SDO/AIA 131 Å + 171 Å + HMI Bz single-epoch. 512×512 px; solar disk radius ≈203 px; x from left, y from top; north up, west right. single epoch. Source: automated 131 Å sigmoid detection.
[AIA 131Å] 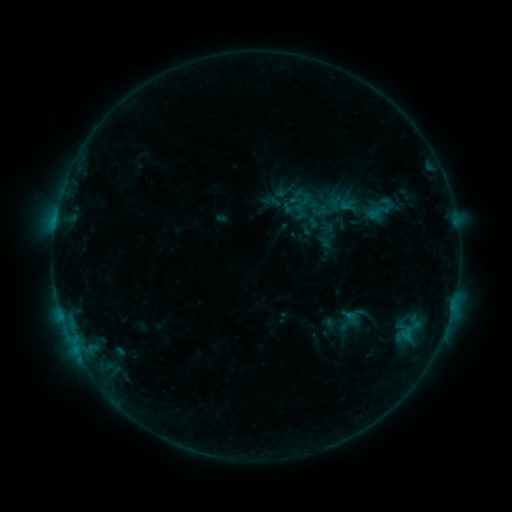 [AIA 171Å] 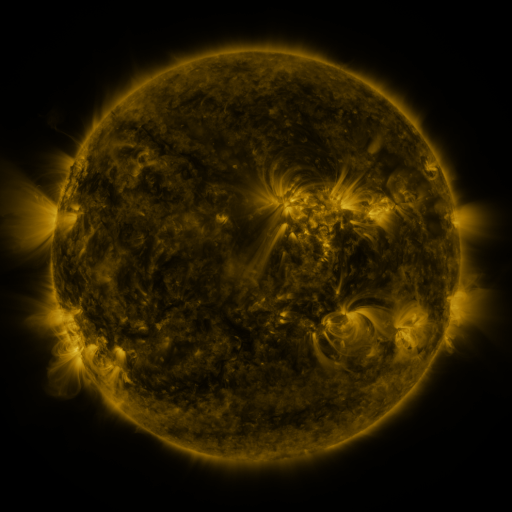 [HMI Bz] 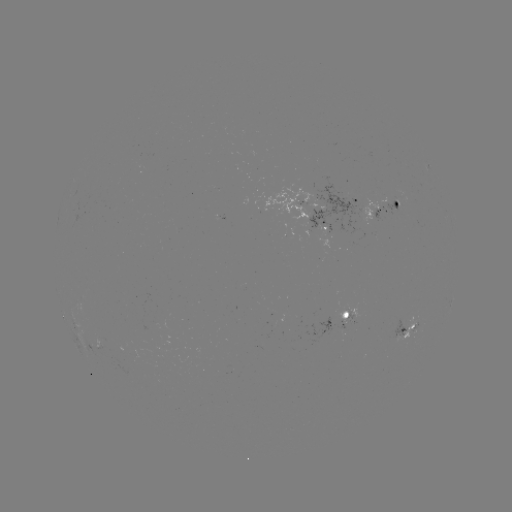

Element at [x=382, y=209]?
sigmoid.